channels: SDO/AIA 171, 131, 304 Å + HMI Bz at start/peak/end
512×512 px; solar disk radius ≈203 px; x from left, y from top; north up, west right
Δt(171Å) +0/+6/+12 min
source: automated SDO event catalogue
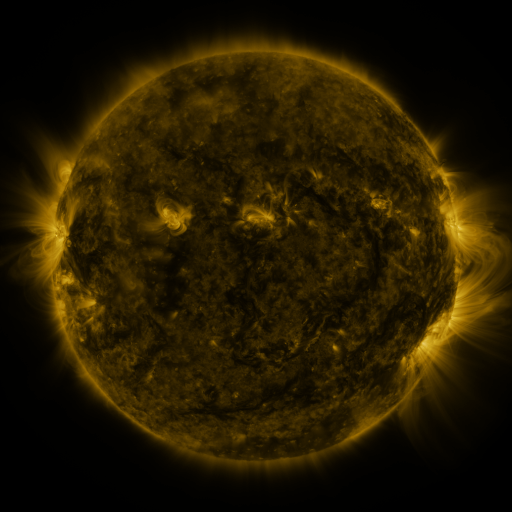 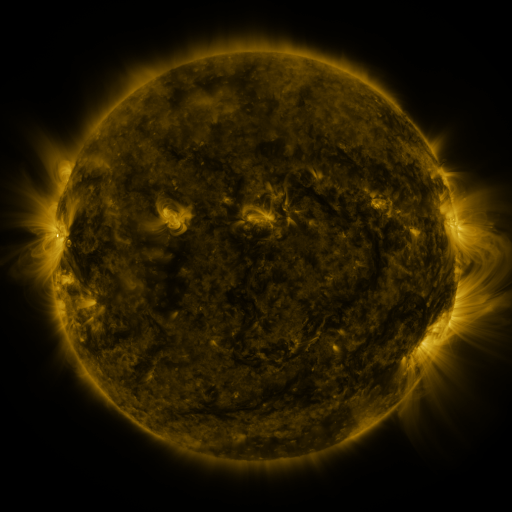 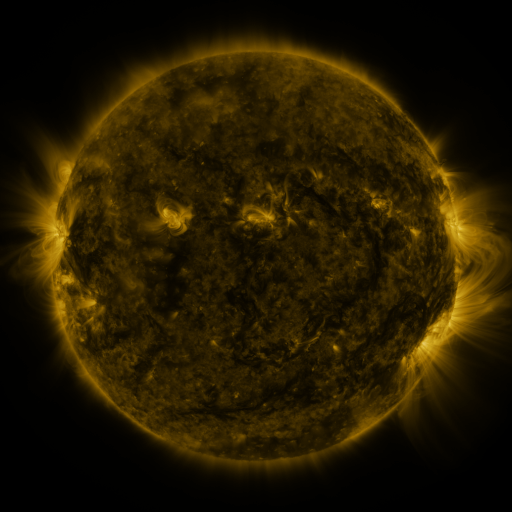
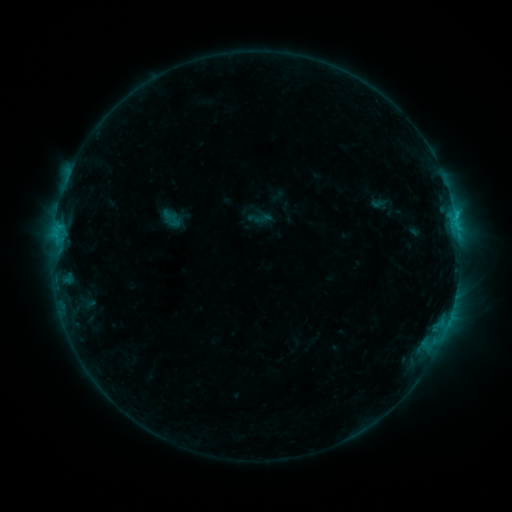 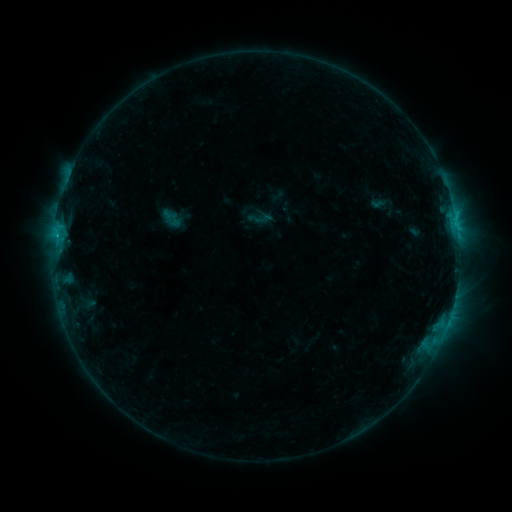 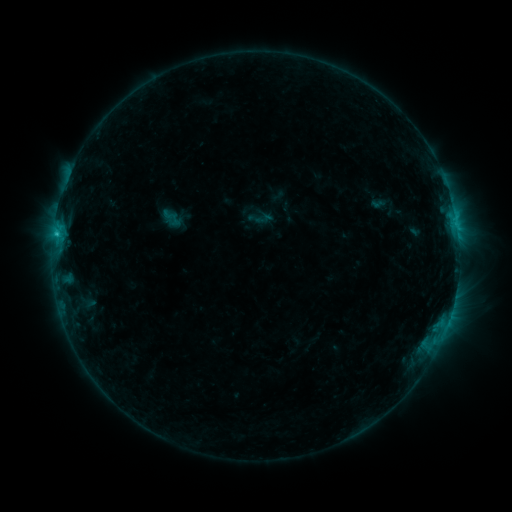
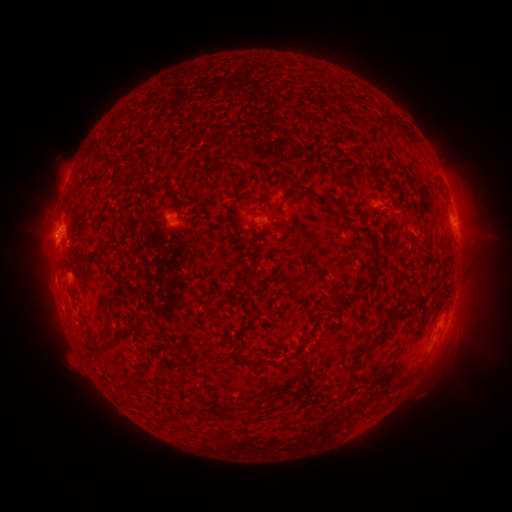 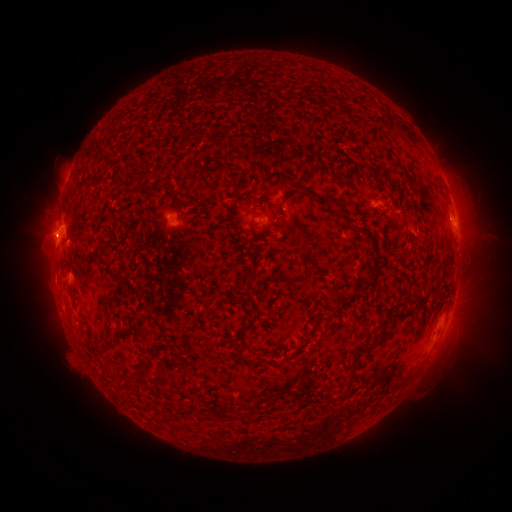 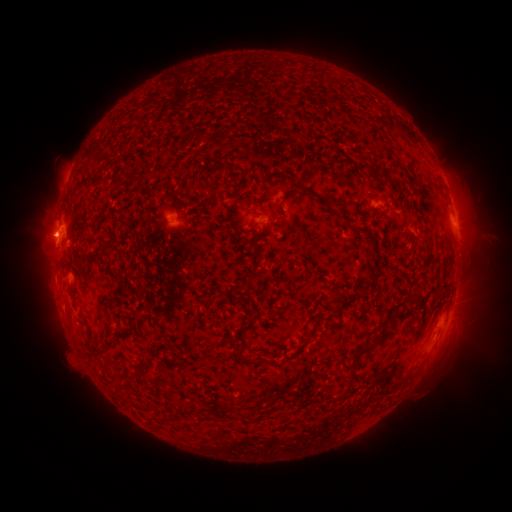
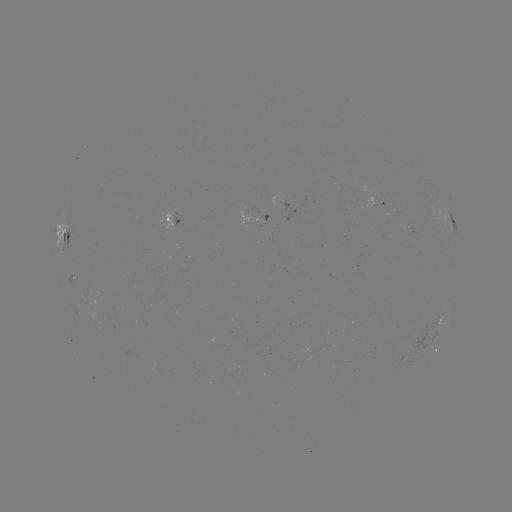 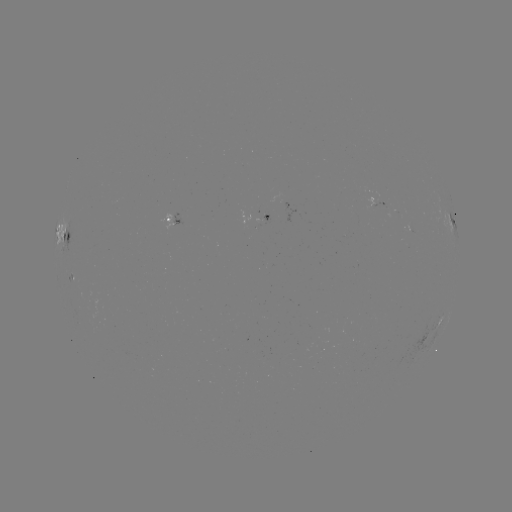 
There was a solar flare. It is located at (56, 237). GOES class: C1.4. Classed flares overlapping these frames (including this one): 1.